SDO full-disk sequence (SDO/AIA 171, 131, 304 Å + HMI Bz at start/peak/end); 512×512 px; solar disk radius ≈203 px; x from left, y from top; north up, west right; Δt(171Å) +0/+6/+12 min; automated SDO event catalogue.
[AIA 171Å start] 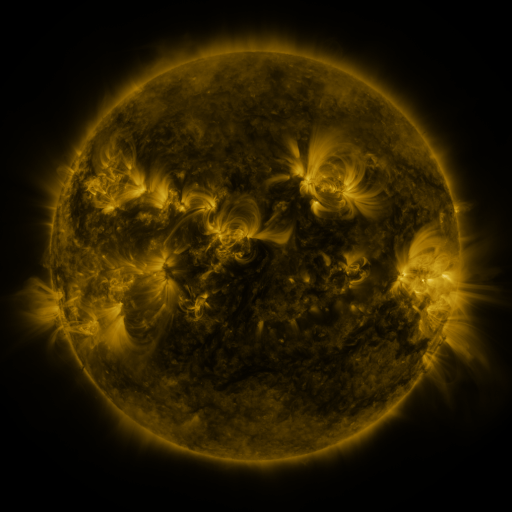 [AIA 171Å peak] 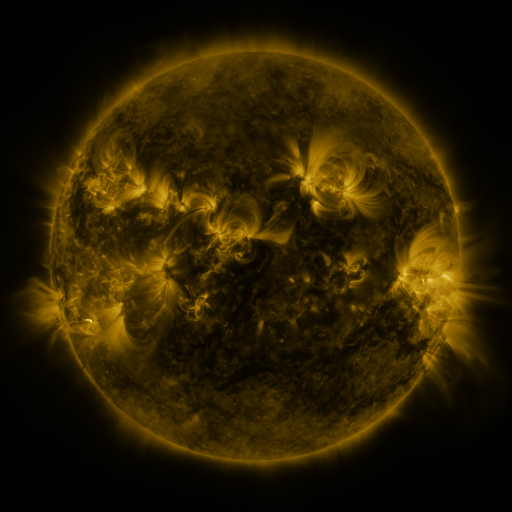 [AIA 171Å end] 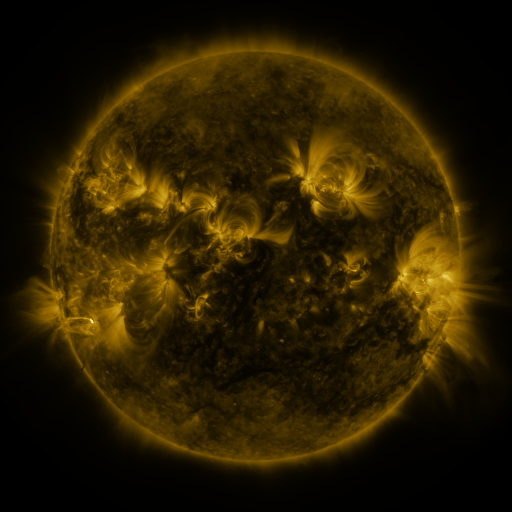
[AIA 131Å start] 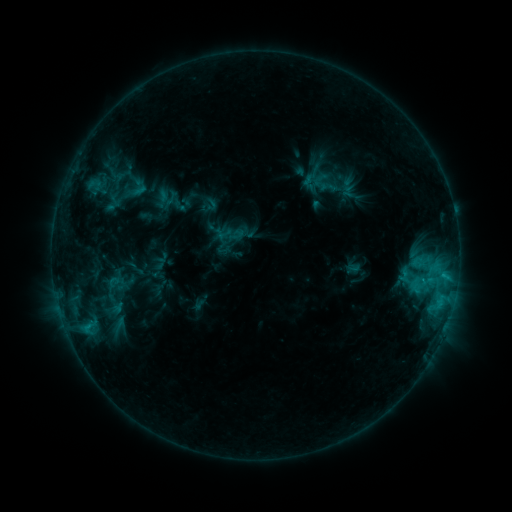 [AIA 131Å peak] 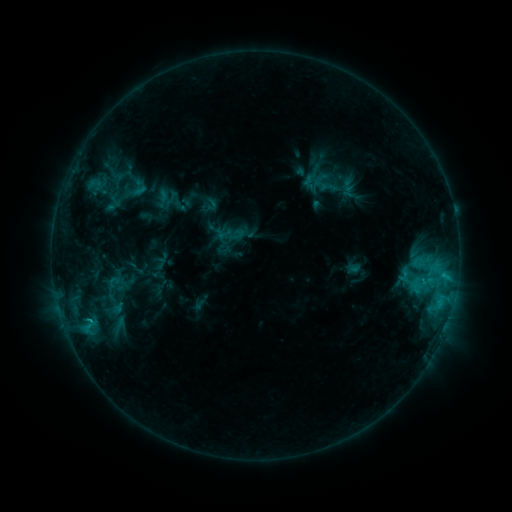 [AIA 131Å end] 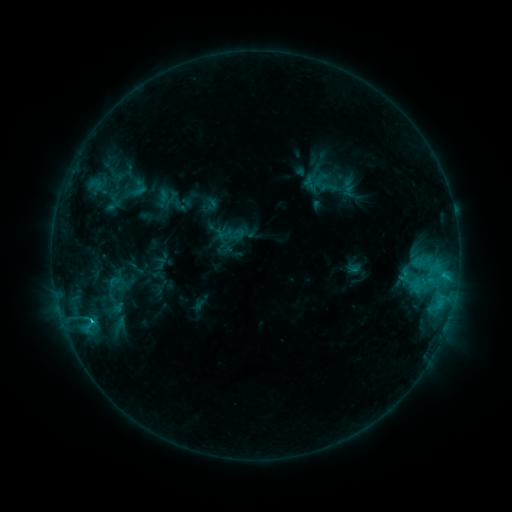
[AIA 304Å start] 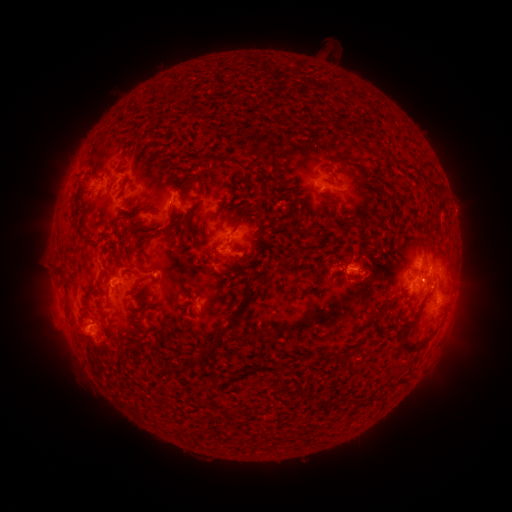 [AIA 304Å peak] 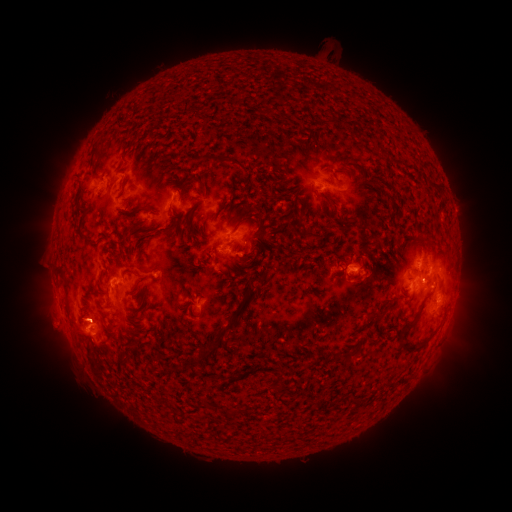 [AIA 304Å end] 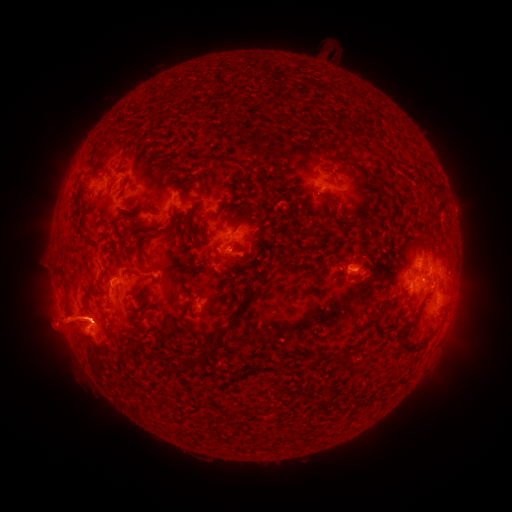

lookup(C2.1 flare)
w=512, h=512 [90, 320]